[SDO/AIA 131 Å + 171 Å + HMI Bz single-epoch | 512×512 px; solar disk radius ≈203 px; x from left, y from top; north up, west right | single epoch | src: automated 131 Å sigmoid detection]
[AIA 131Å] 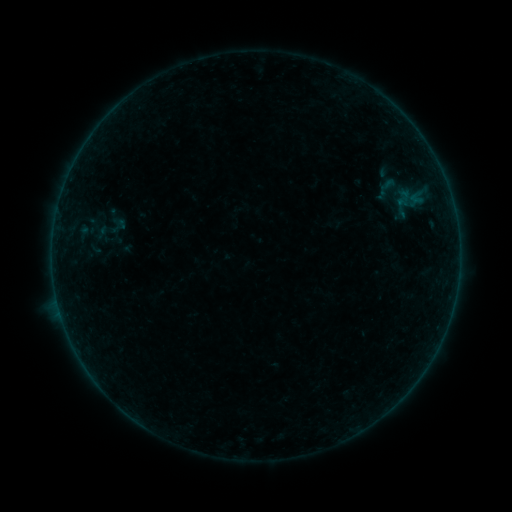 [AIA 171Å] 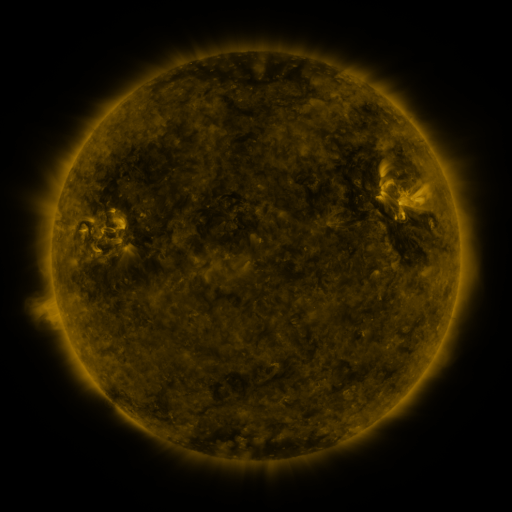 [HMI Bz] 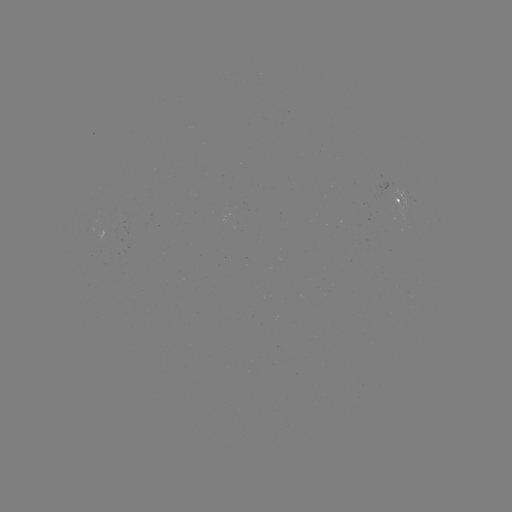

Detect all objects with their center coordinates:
sigmoid: <bbox>364, 174, 410, 205</bbox>
sigmoid: <bbox>108, 215, 127, 235</bbox>
